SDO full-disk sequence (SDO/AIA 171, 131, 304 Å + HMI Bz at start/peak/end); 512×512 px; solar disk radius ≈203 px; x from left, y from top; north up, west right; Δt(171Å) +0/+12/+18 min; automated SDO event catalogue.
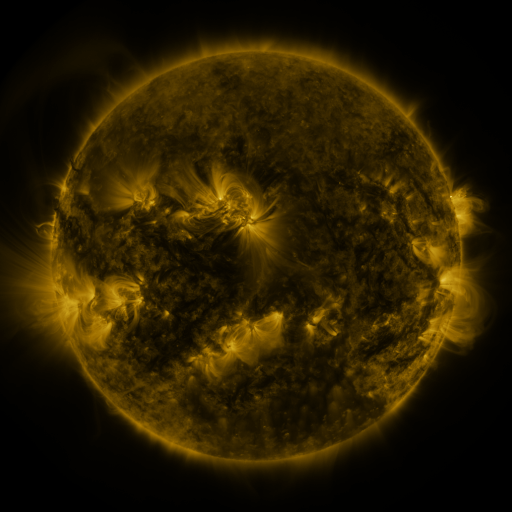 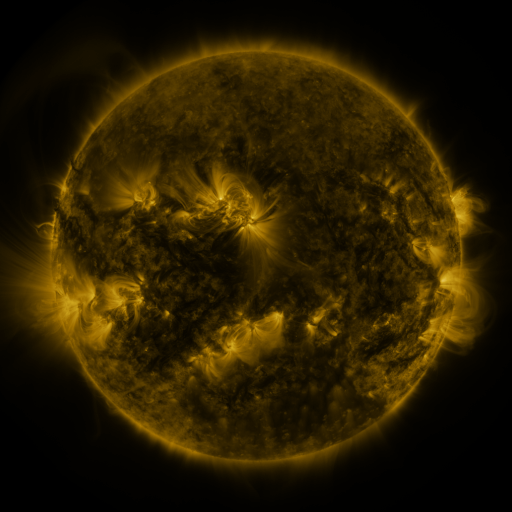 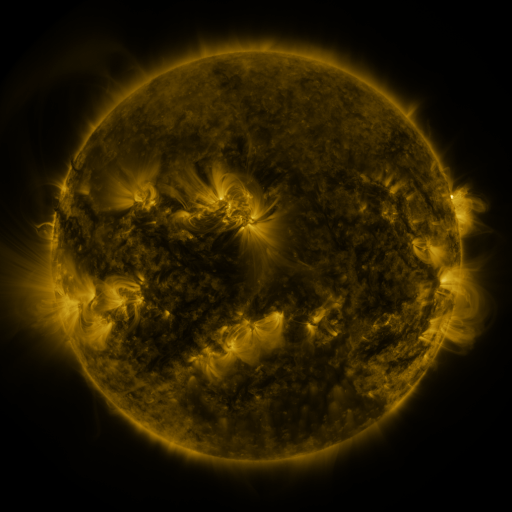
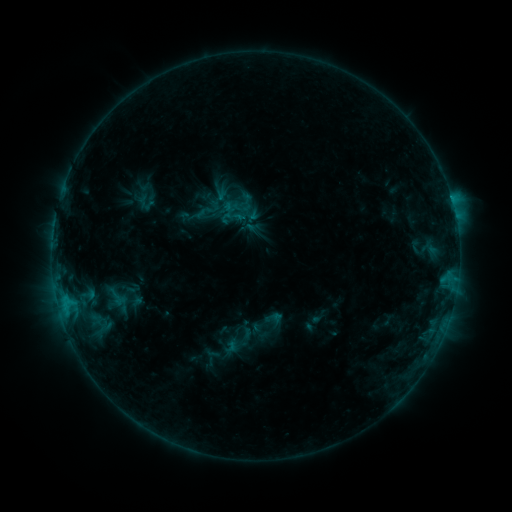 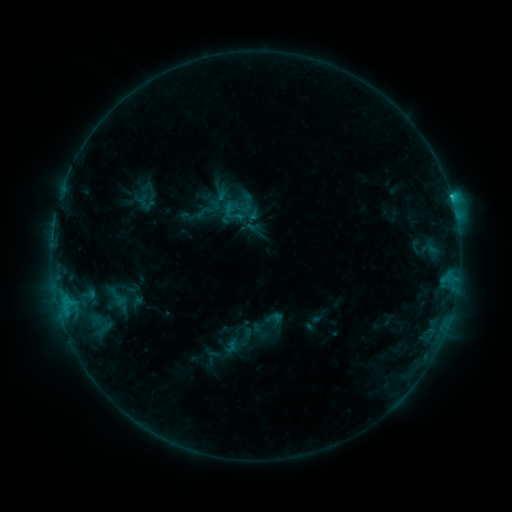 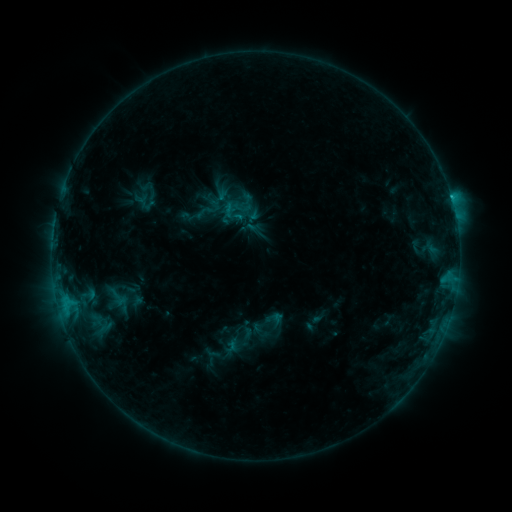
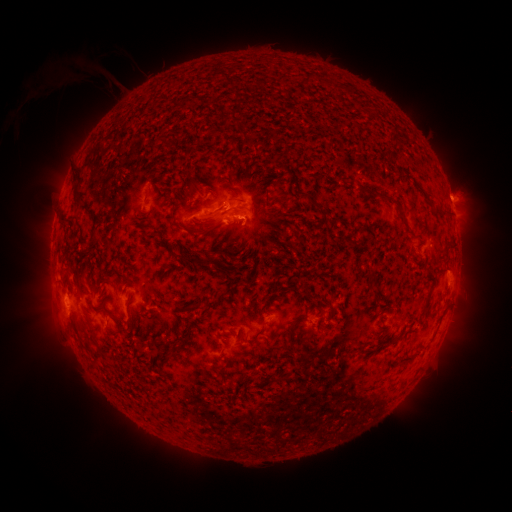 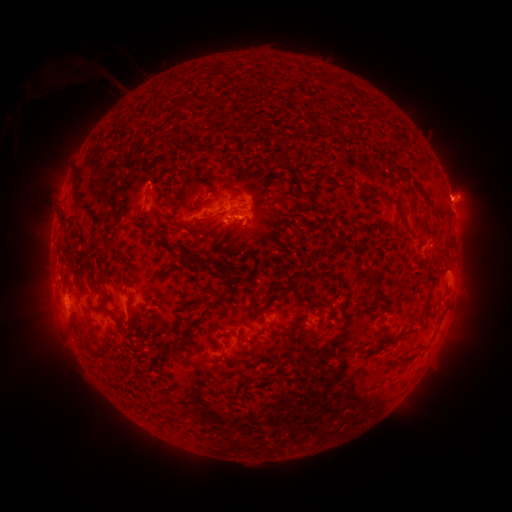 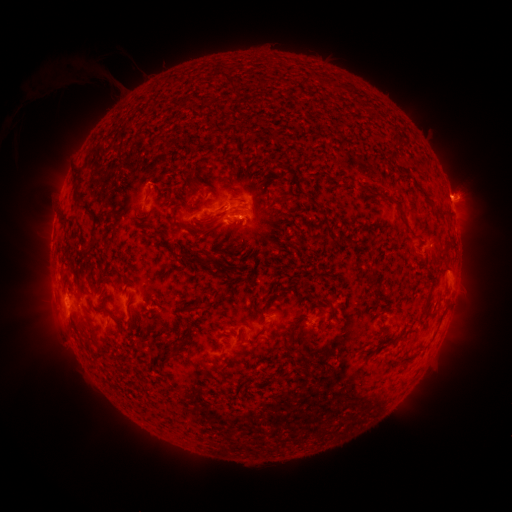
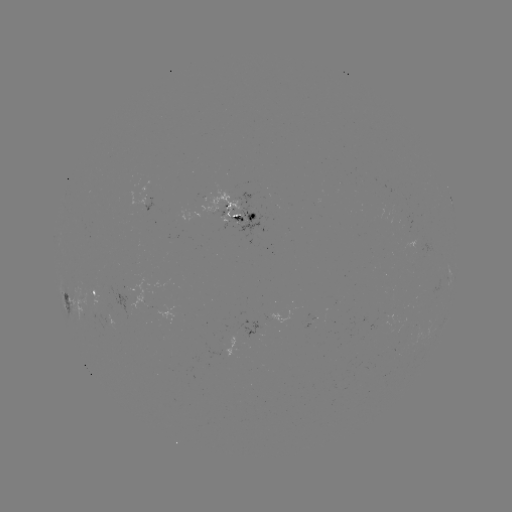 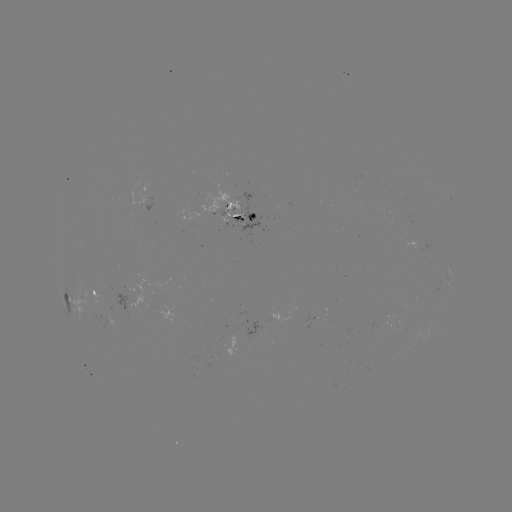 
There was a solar flare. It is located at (451, 200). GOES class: C1.2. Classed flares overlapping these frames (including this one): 1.